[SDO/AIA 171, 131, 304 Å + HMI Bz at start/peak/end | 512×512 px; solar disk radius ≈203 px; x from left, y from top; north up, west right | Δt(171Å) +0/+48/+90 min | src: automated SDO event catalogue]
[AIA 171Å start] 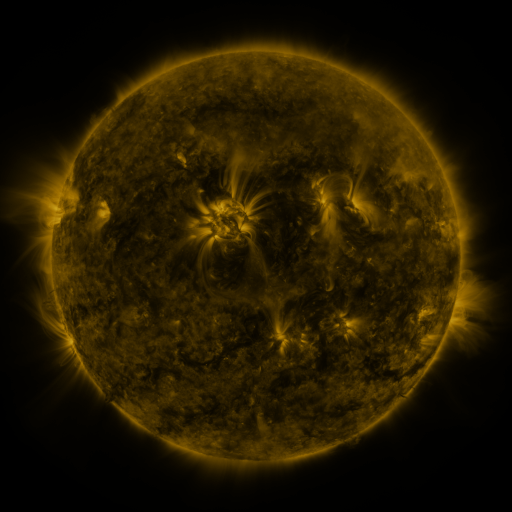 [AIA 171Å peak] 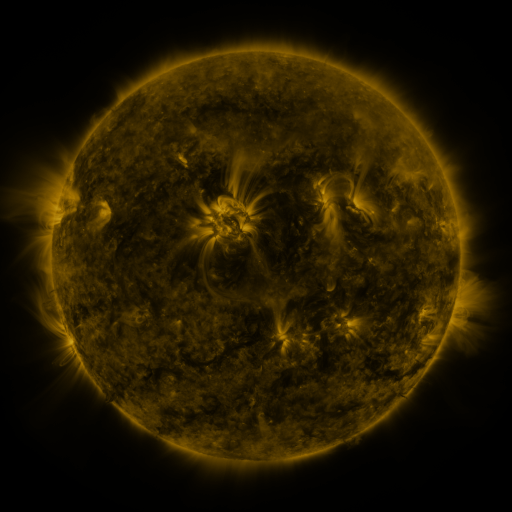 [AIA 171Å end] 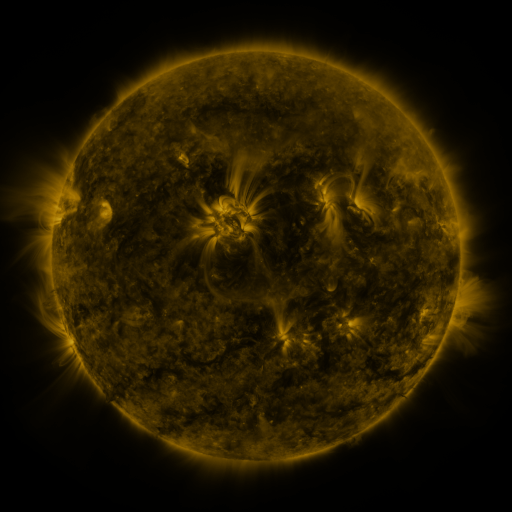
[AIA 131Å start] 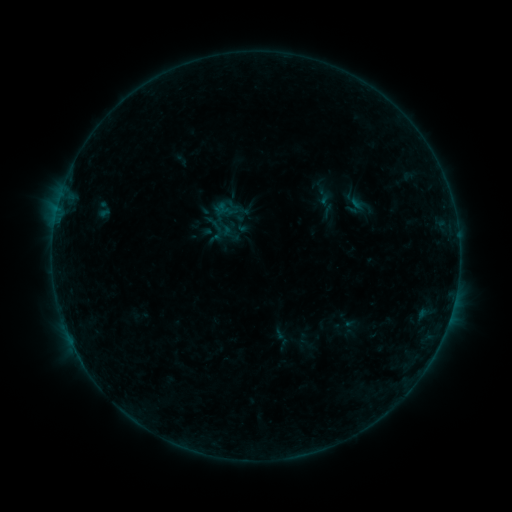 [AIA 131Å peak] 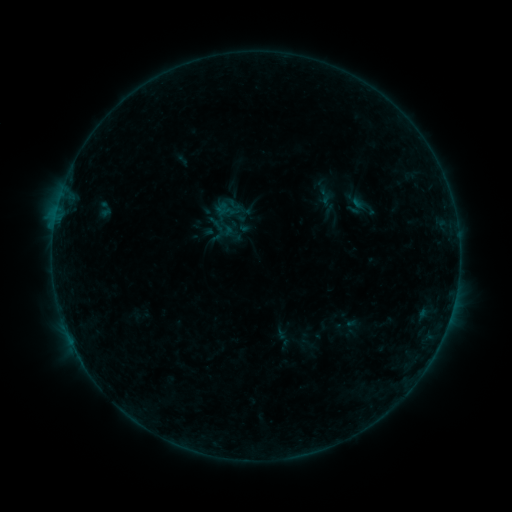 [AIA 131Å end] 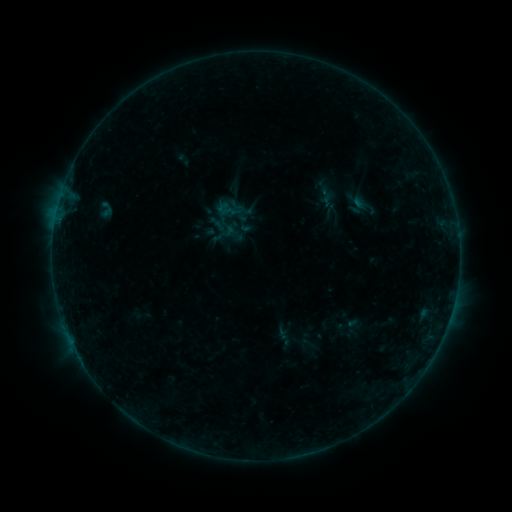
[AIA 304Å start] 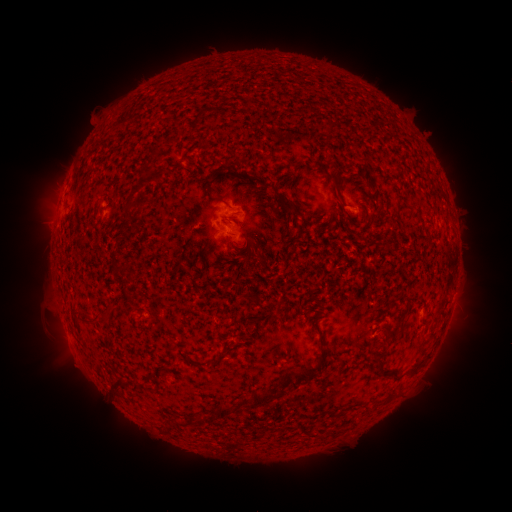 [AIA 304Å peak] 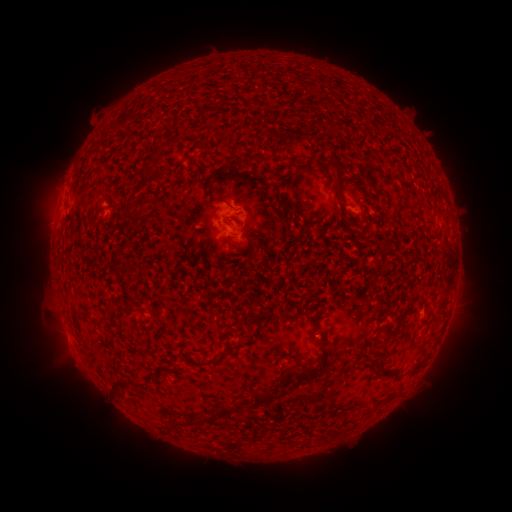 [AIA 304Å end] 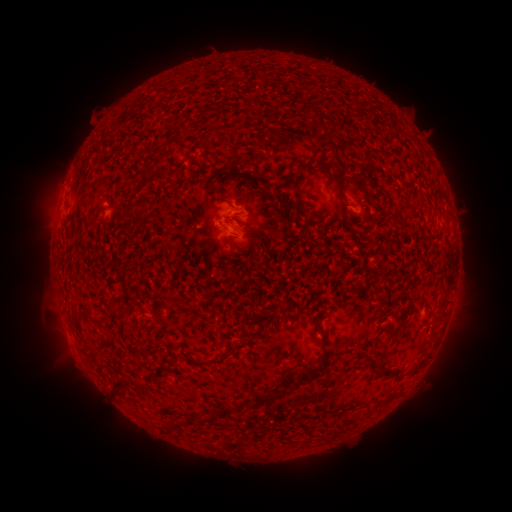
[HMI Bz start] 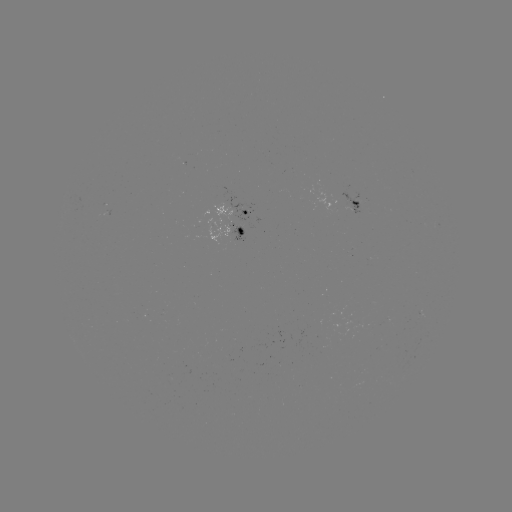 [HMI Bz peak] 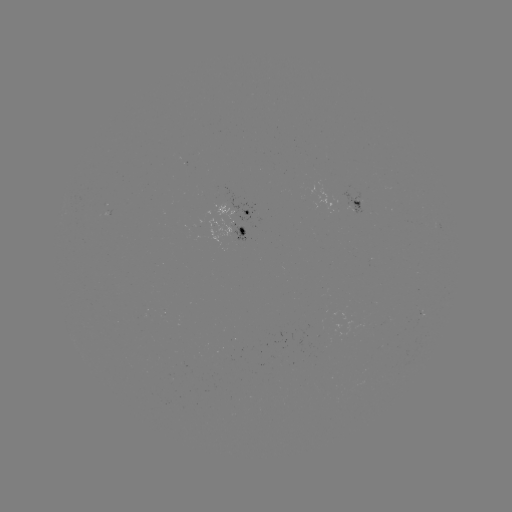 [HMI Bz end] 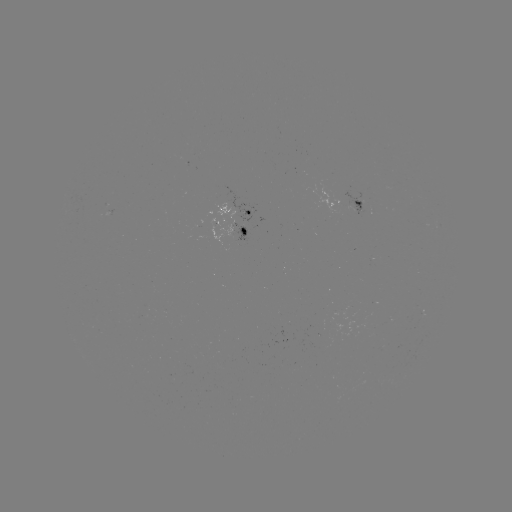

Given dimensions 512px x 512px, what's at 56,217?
B3.9 flare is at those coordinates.